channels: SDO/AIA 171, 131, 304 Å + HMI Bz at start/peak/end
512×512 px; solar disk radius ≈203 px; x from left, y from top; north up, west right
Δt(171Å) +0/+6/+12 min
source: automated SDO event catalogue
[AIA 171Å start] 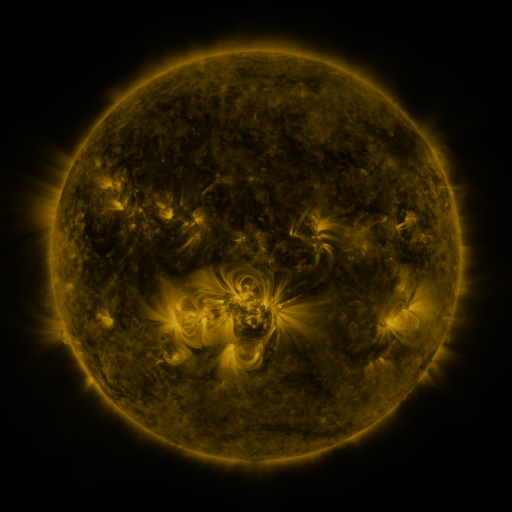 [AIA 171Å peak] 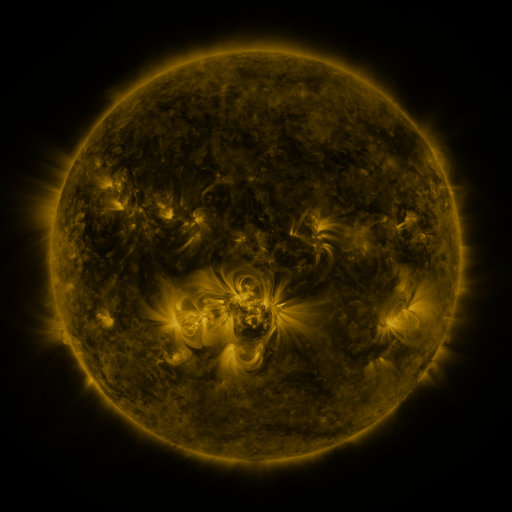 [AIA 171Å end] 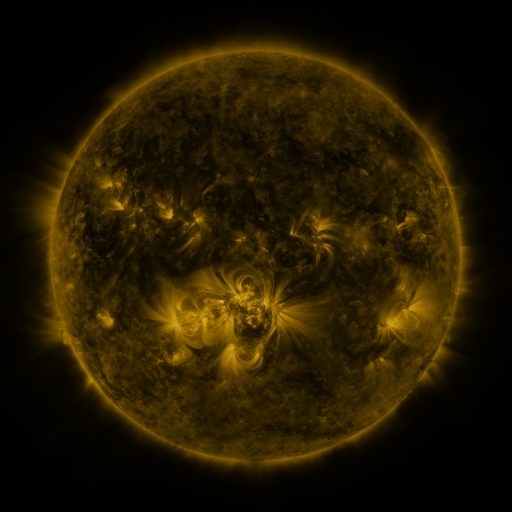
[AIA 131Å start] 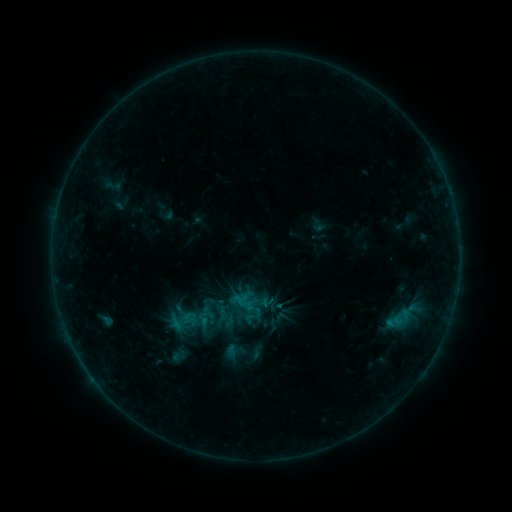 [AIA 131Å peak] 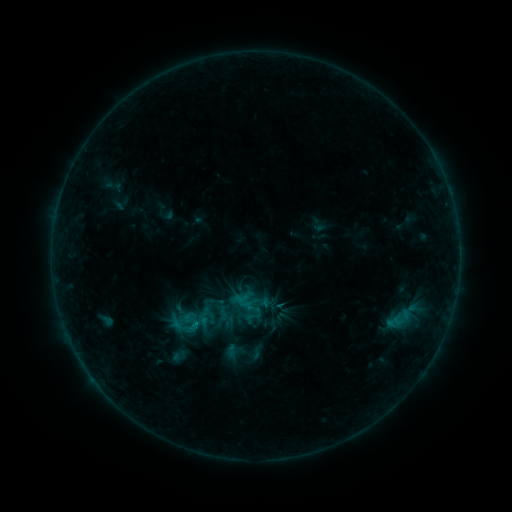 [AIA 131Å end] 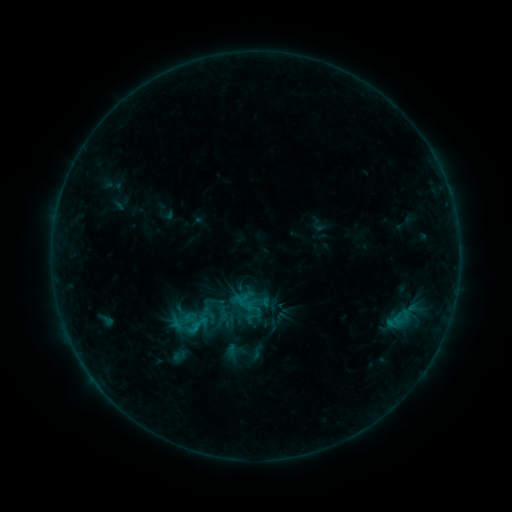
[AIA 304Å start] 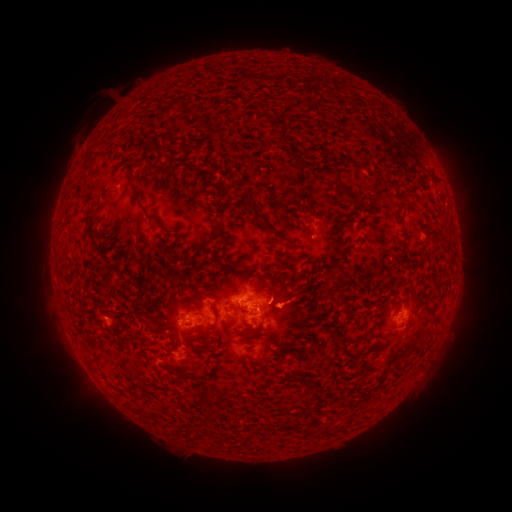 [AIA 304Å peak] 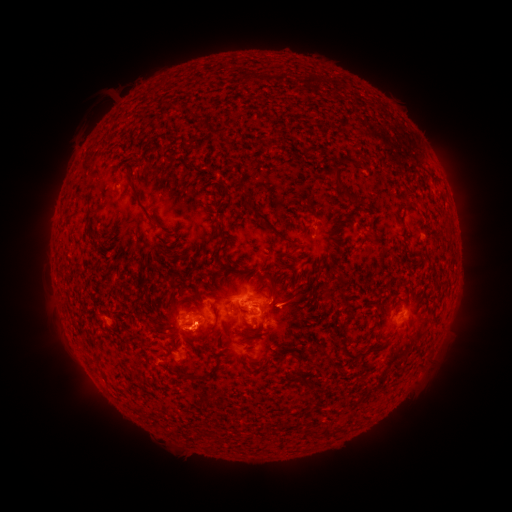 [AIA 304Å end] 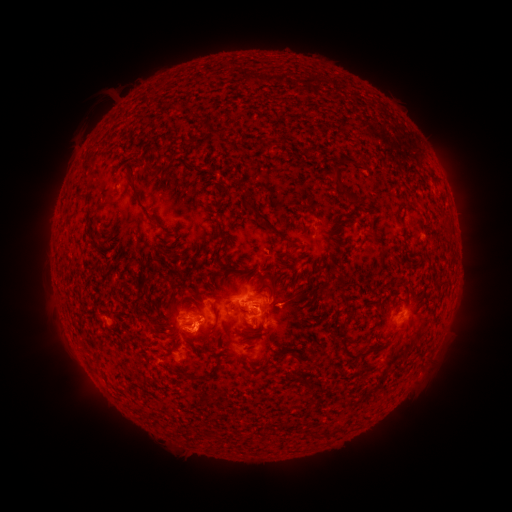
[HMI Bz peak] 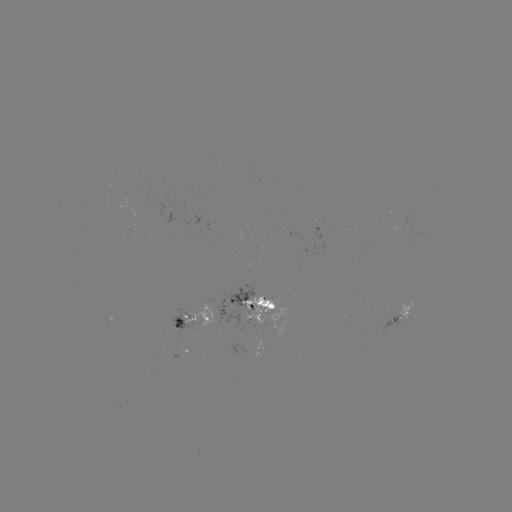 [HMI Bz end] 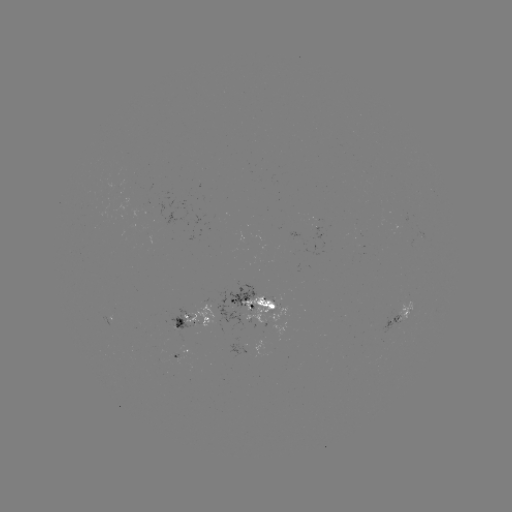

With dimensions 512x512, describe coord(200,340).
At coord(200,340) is eruption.